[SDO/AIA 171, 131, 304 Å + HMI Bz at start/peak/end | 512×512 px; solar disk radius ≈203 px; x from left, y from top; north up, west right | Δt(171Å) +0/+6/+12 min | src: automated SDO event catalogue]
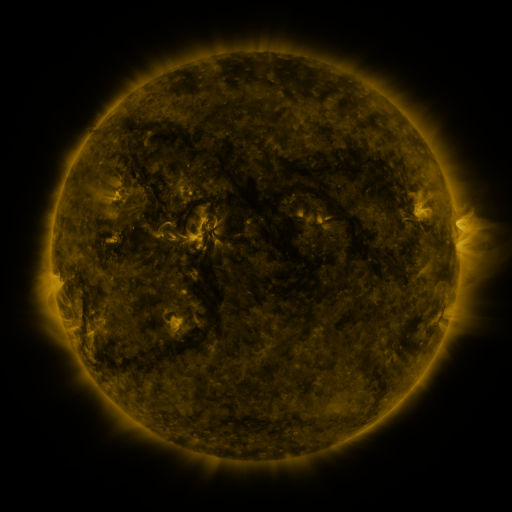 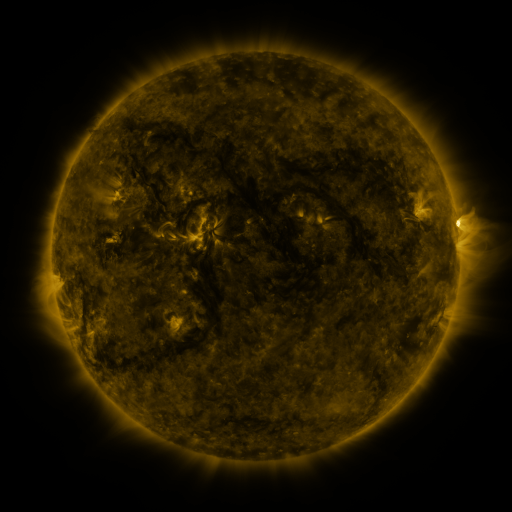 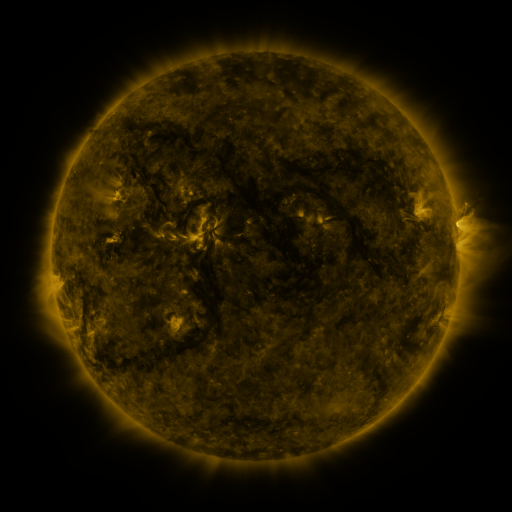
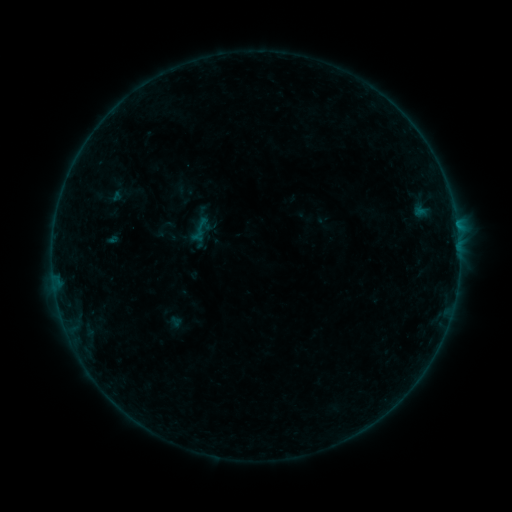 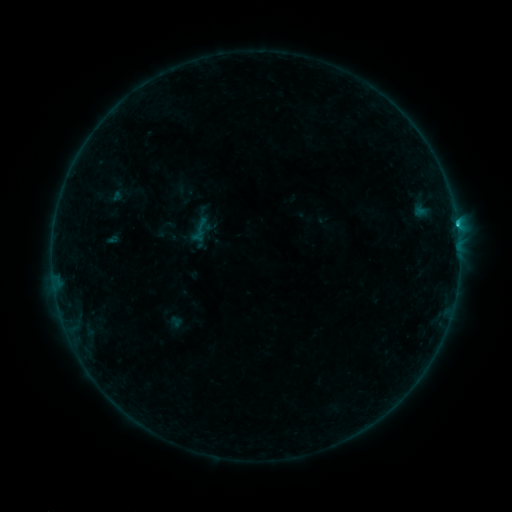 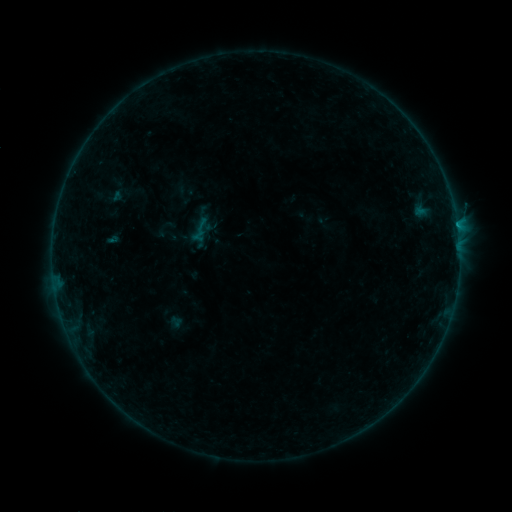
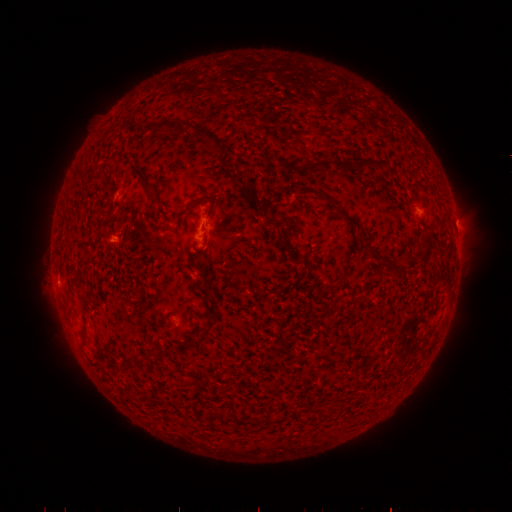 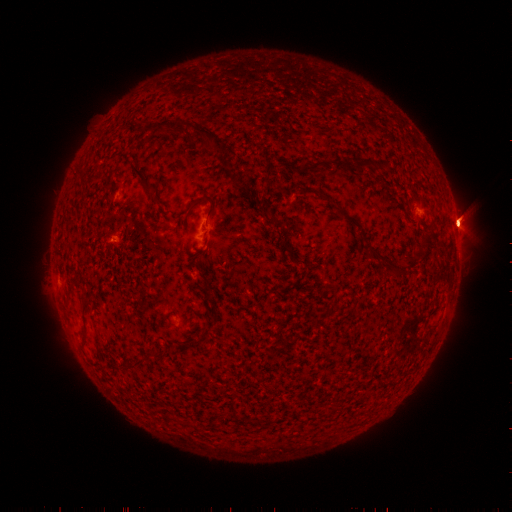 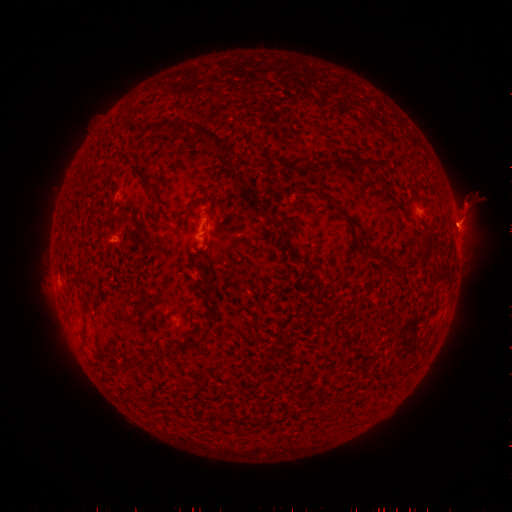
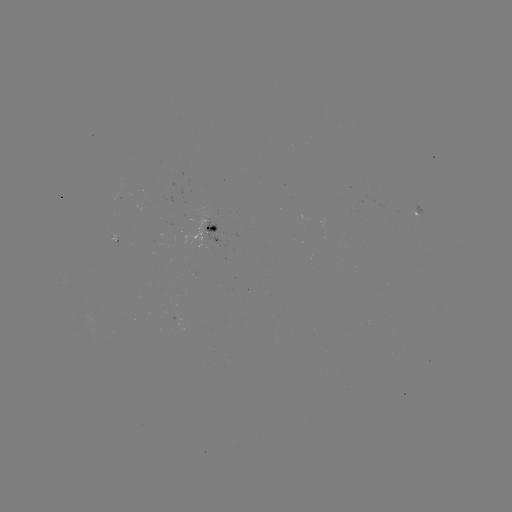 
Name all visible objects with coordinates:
C1.4 flare: (457, 227)
